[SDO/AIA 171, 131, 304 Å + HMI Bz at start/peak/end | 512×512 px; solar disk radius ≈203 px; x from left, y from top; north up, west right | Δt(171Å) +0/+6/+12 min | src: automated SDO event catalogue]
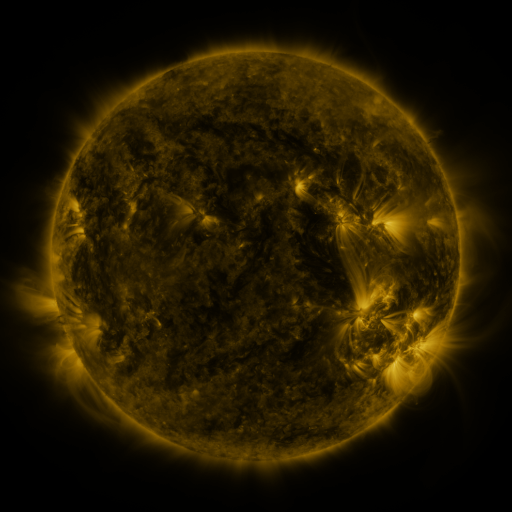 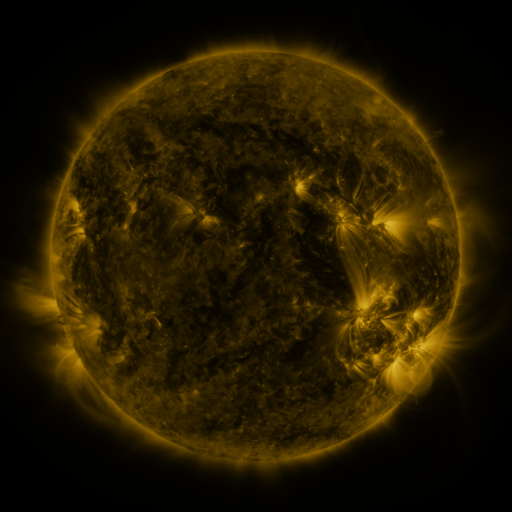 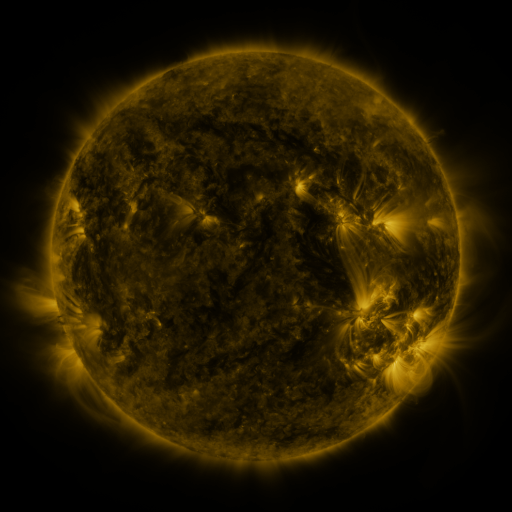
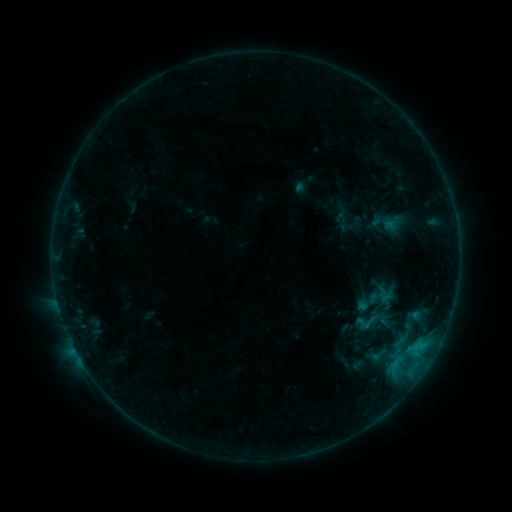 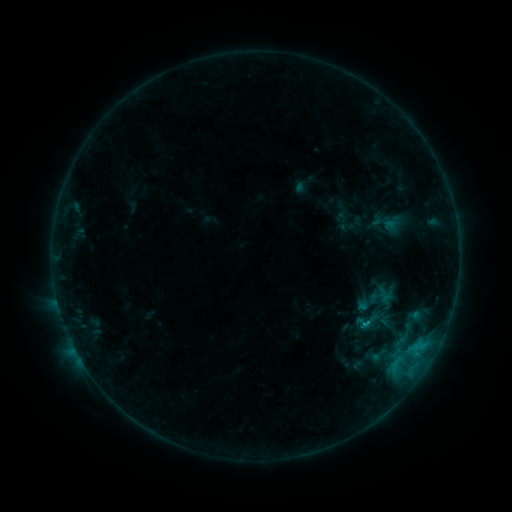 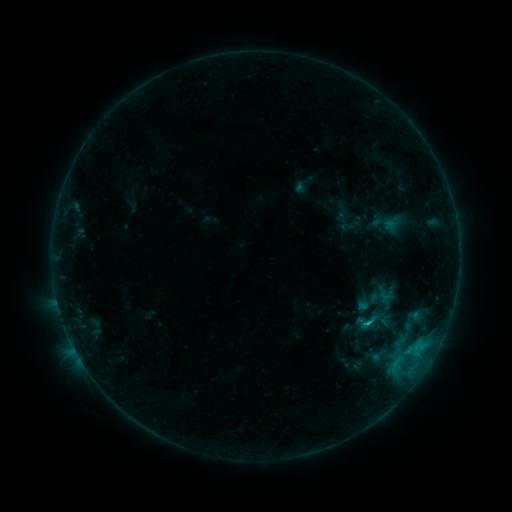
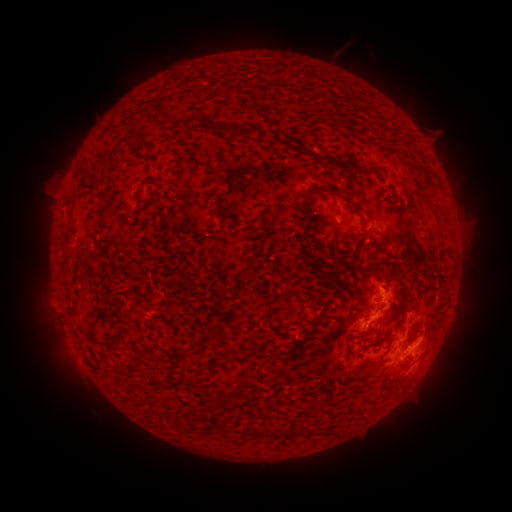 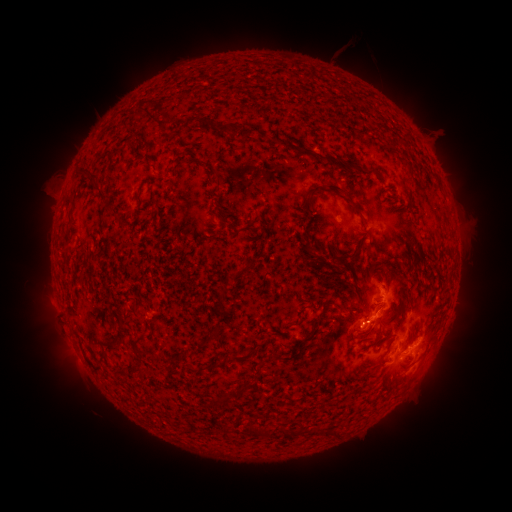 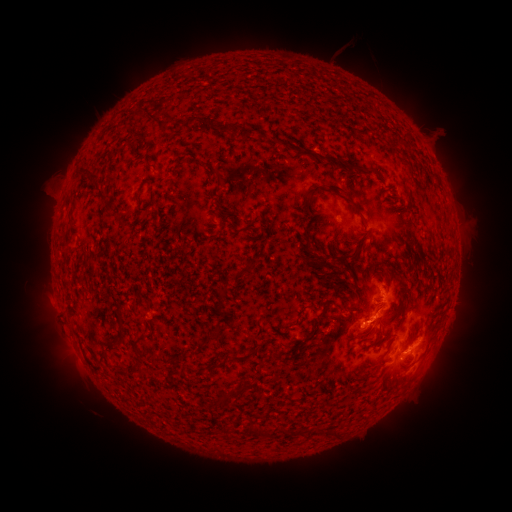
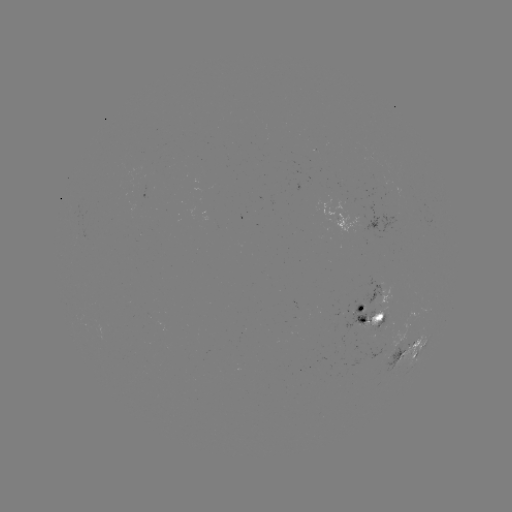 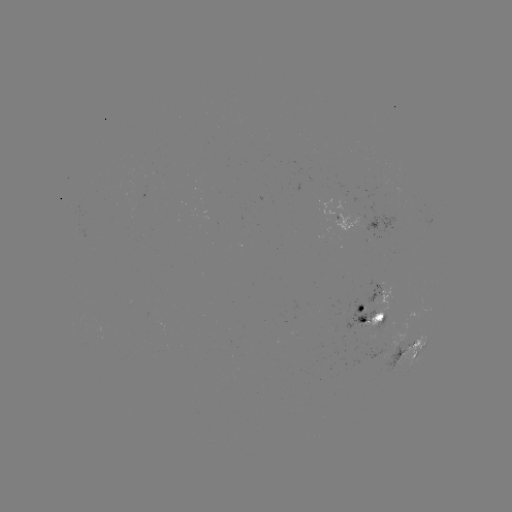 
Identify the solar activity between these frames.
C1.0 flare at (364, 322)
